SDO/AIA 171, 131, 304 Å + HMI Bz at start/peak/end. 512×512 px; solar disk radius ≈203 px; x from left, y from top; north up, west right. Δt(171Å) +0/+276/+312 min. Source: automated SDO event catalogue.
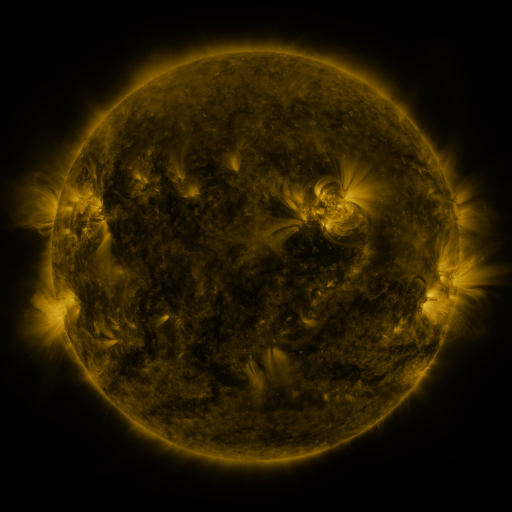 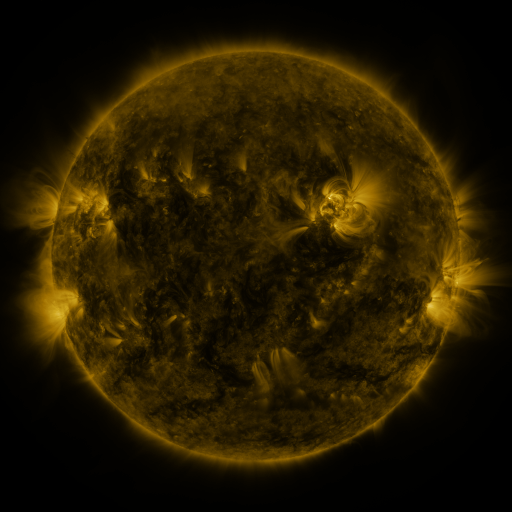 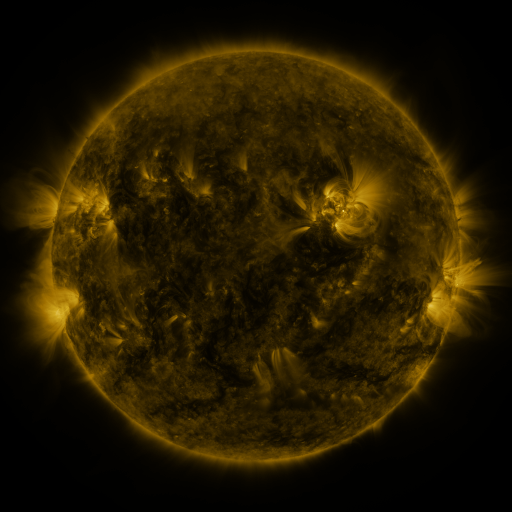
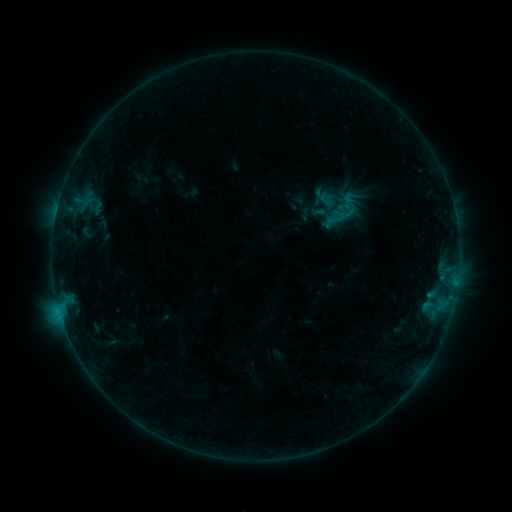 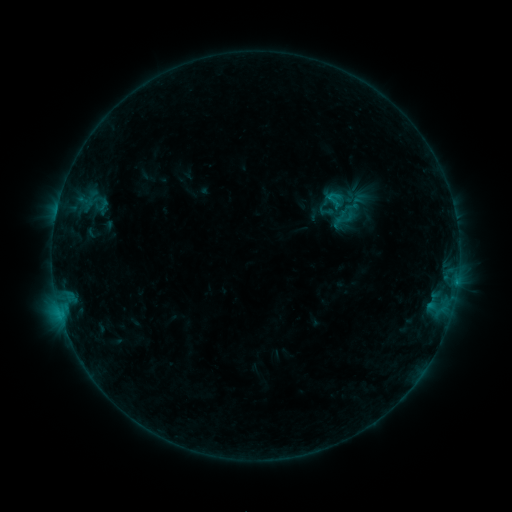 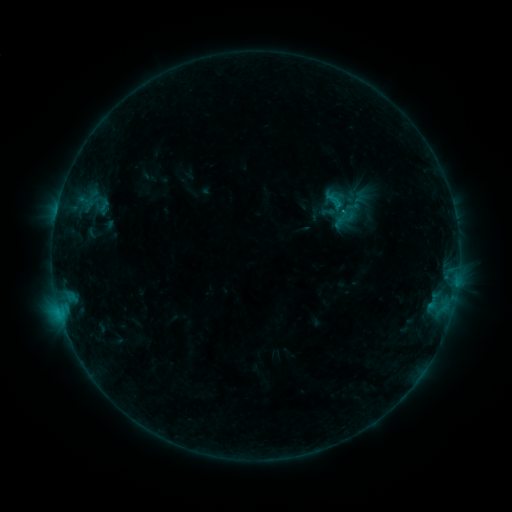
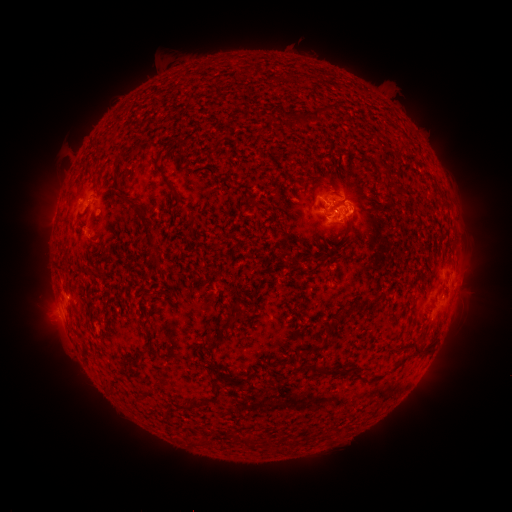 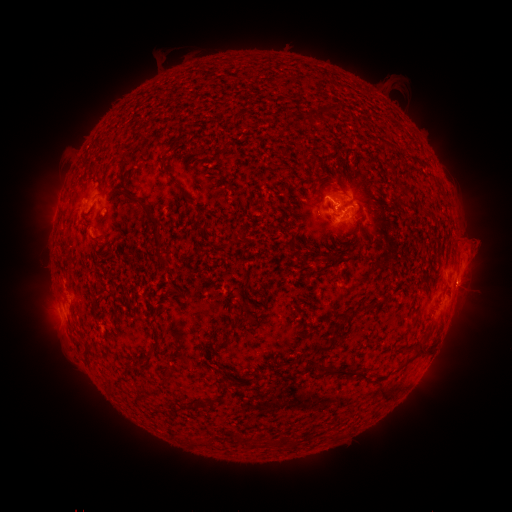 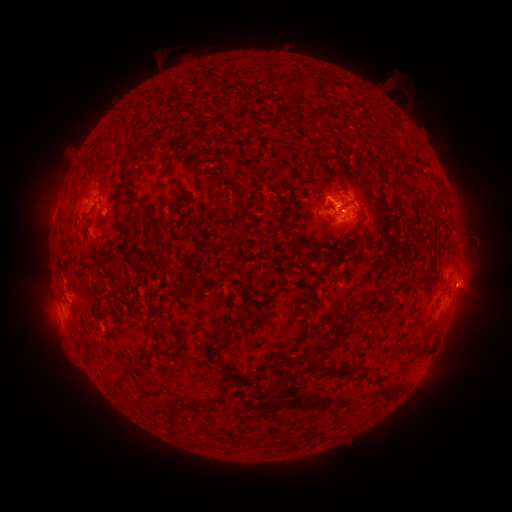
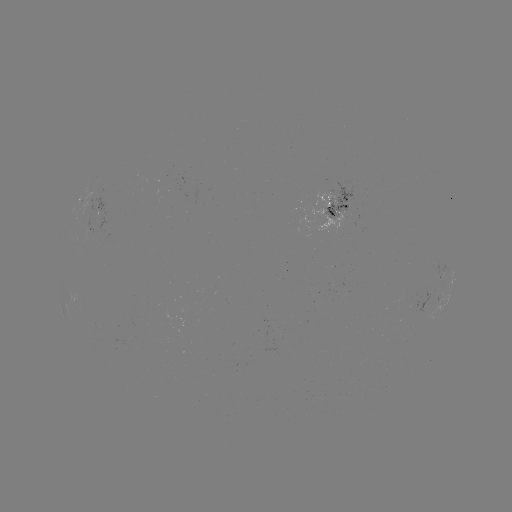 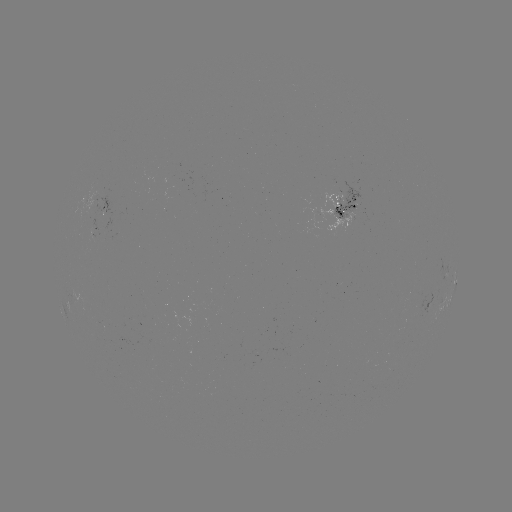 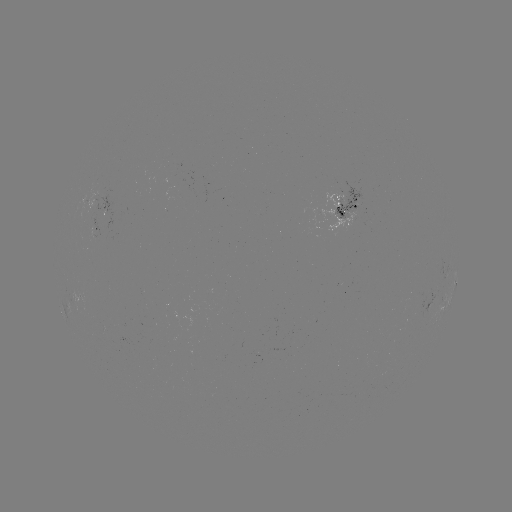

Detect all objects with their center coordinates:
emerging-flux region: (101, 195)
